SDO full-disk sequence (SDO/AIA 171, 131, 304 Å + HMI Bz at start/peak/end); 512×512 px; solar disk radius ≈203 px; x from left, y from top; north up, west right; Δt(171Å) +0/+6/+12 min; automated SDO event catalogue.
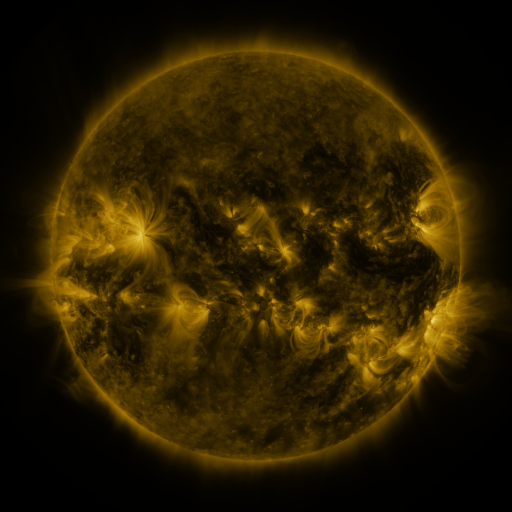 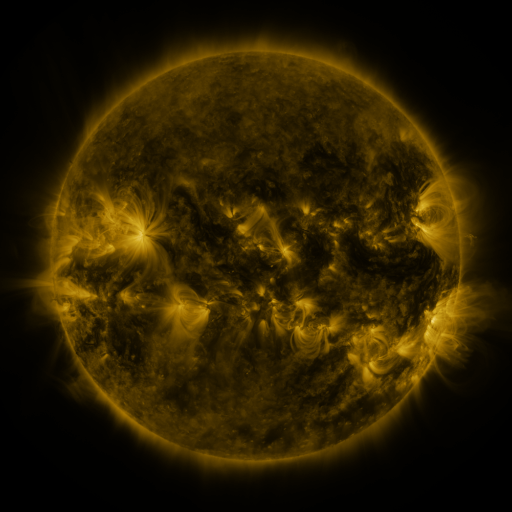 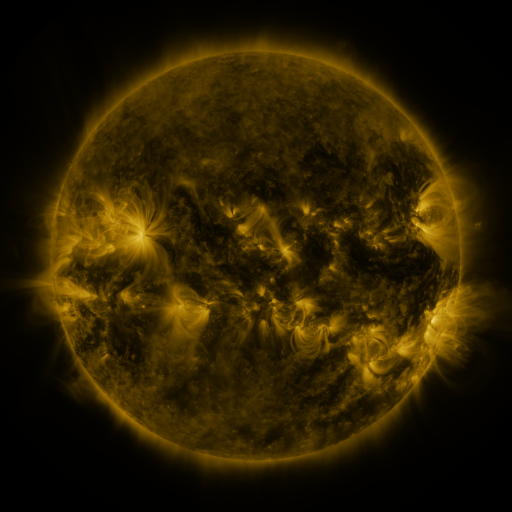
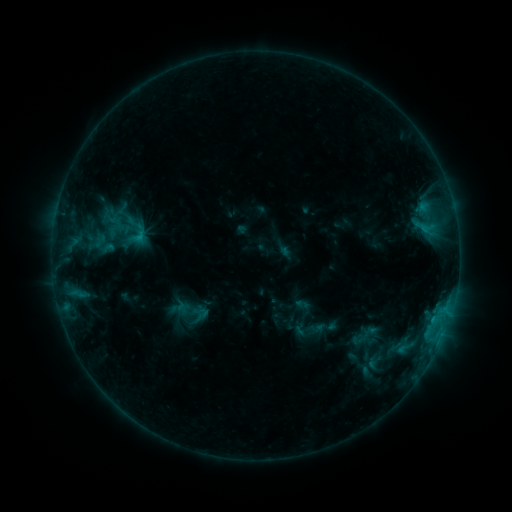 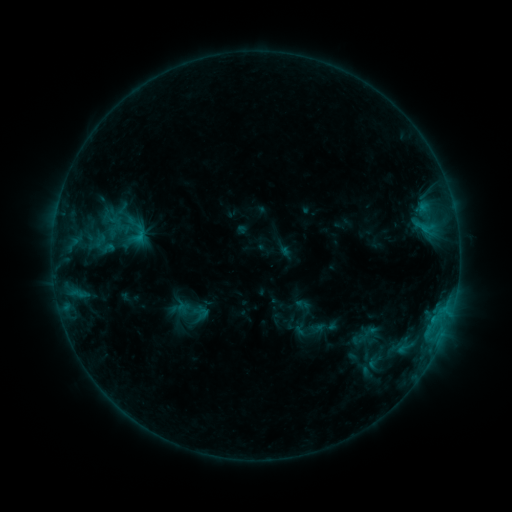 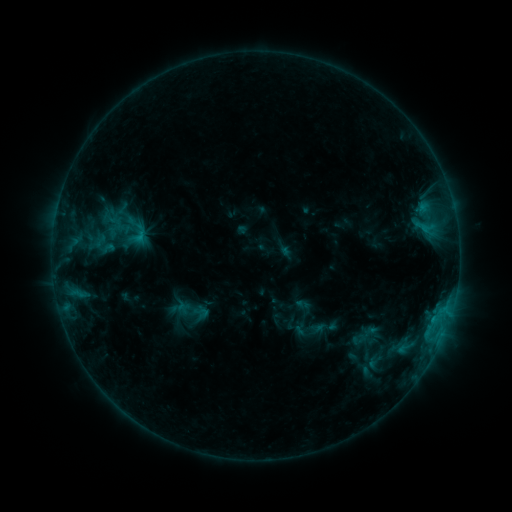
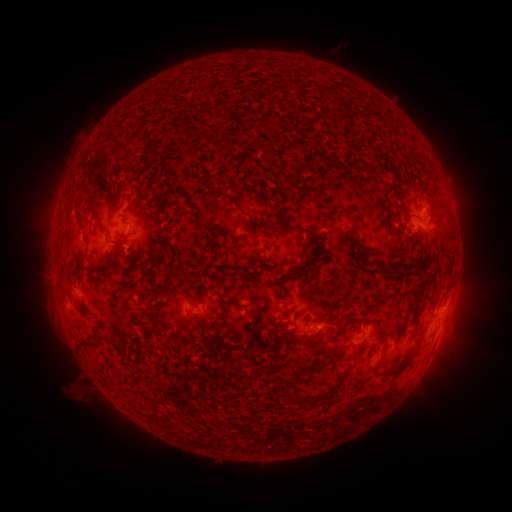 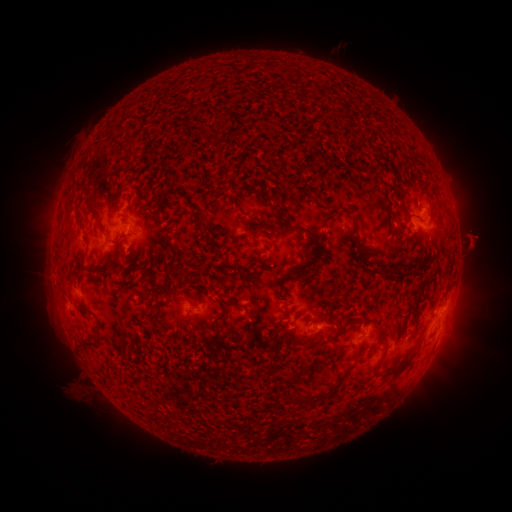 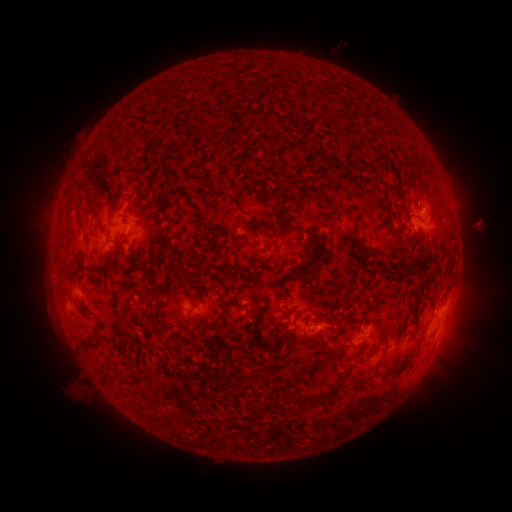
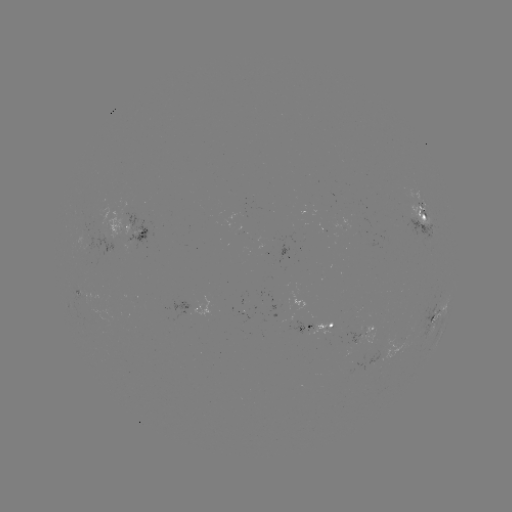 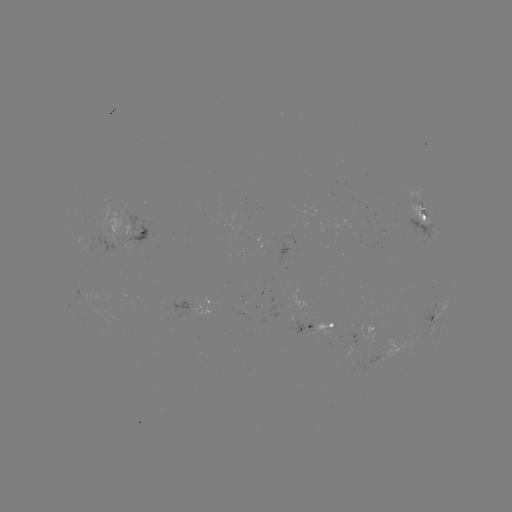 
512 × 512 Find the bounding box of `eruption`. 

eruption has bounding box [438, 202, 503, 292].